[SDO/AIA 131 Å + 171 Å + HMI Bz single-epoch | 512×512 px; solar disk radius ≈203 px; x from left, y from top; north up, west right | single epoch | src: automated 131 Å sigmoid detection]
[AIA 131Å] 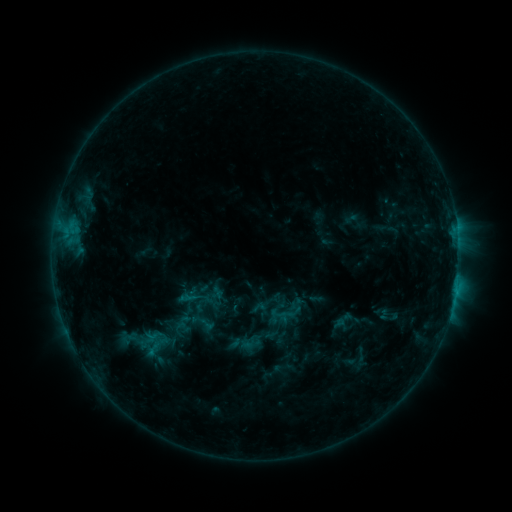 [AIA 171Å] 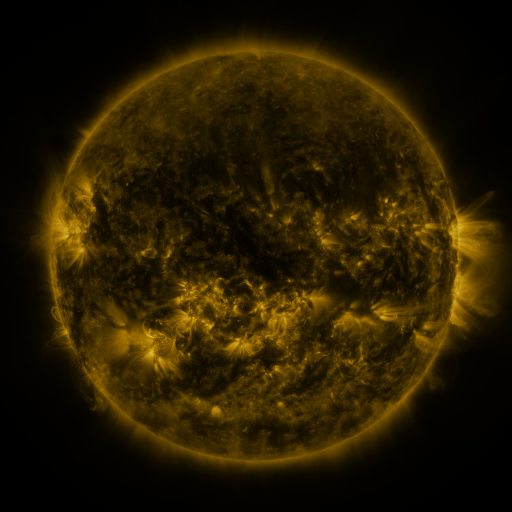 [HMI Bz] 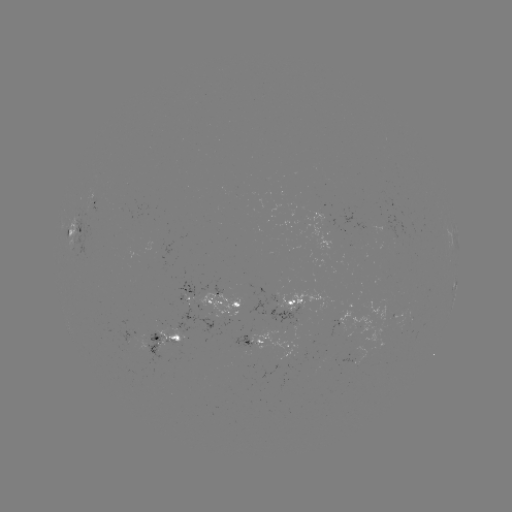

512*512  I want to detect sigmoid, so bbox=[196, 314, 216, 333].